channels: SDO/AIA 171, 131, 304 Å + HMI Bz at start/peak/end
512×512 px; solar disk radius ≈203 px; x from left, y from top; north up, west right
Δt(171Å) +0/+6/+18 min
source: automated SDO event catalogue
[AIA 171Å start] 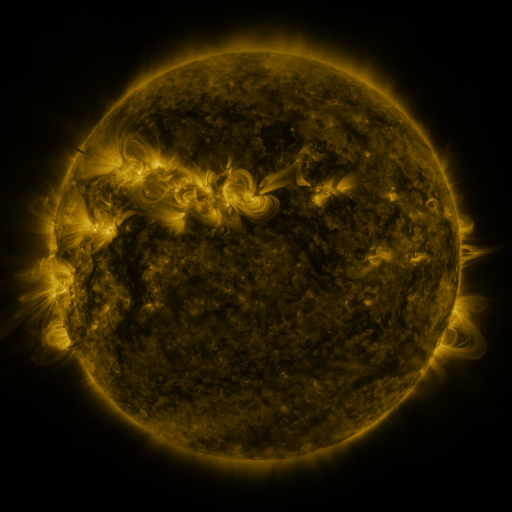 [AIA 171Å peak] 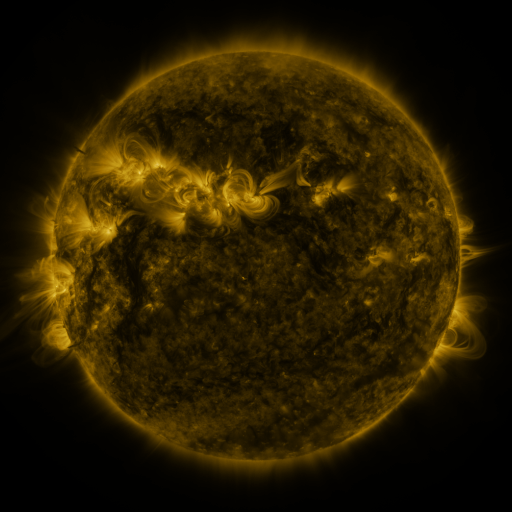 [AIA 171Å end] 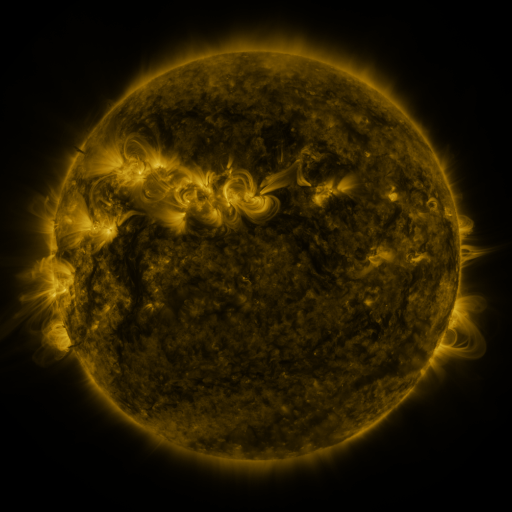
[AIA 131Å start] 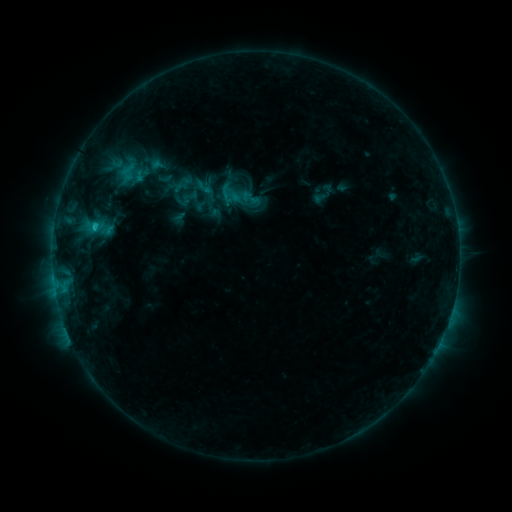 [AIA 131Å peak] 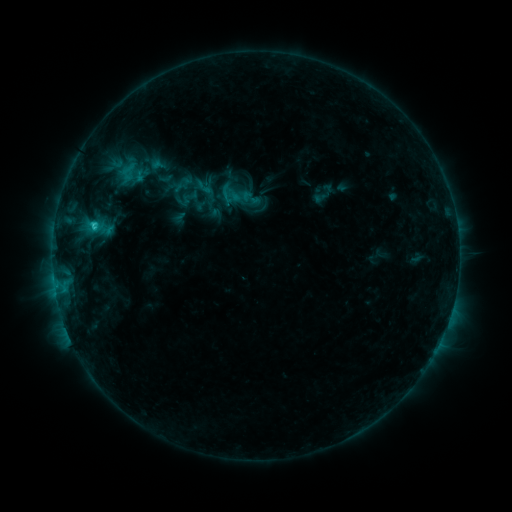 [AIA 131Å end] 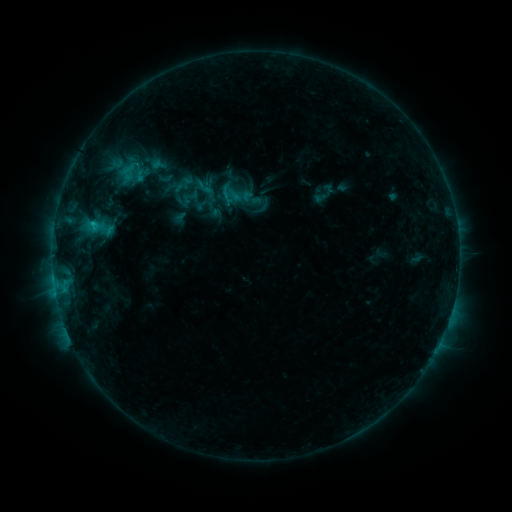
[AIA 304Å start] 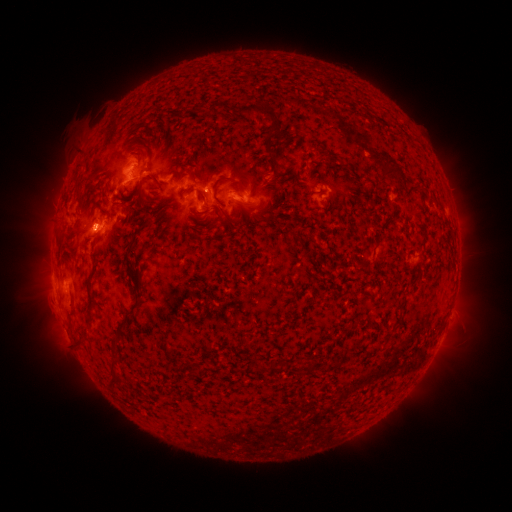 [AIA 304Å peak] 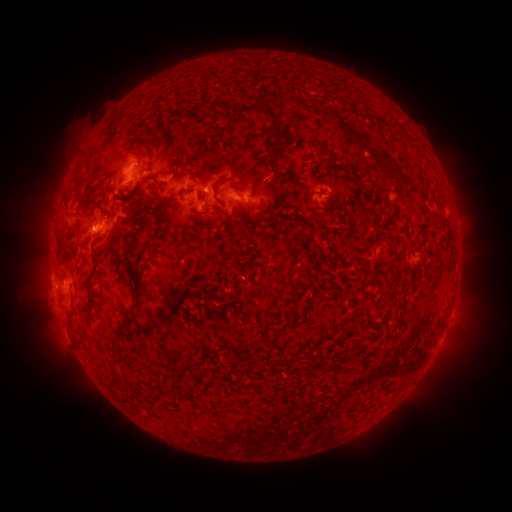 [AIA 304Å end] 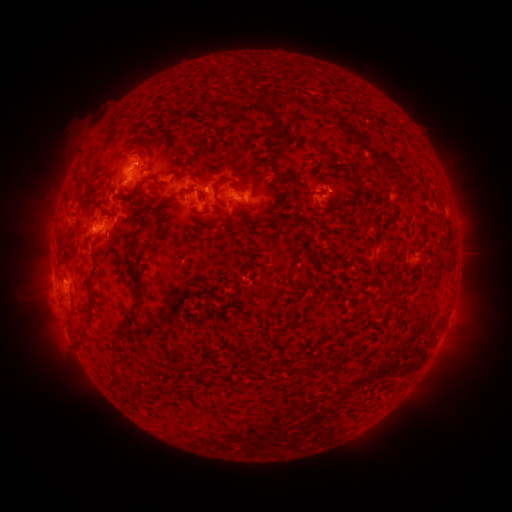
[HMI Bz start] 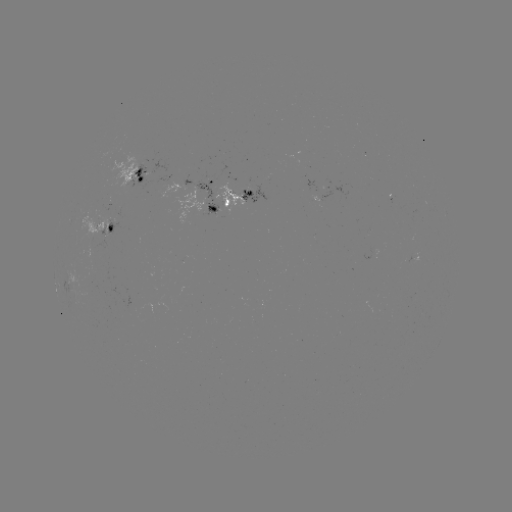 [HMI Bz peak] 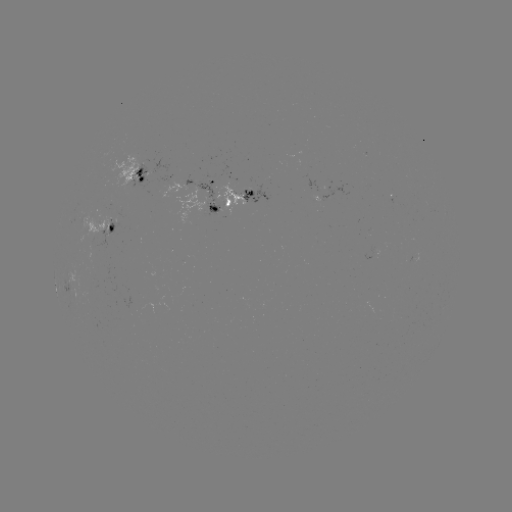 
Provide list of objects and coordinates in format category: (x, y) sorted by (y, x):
C1.4 flare: (95, 229)
